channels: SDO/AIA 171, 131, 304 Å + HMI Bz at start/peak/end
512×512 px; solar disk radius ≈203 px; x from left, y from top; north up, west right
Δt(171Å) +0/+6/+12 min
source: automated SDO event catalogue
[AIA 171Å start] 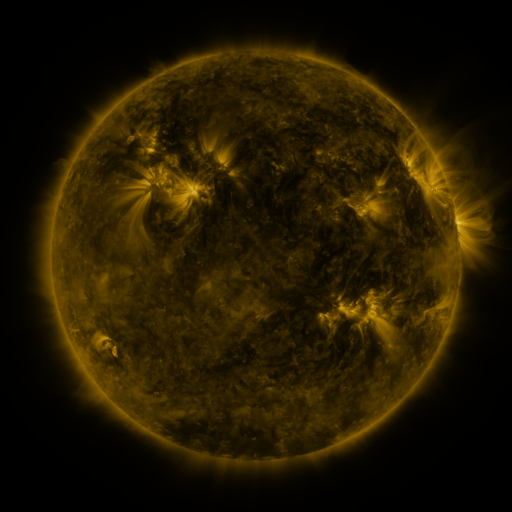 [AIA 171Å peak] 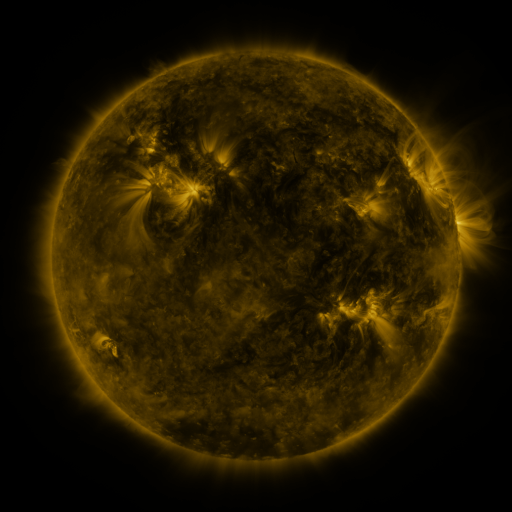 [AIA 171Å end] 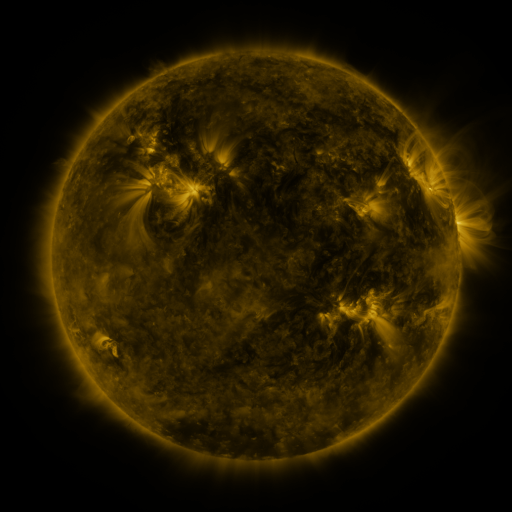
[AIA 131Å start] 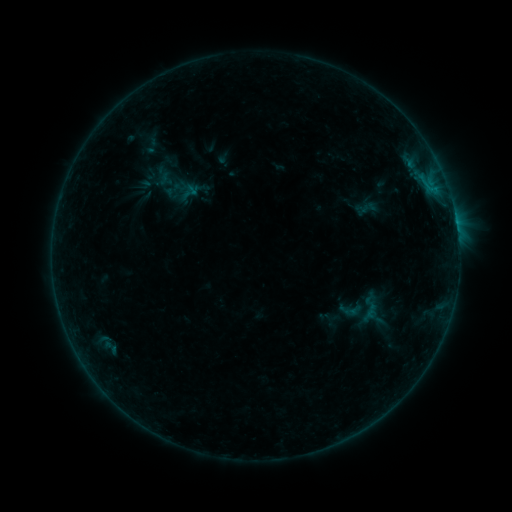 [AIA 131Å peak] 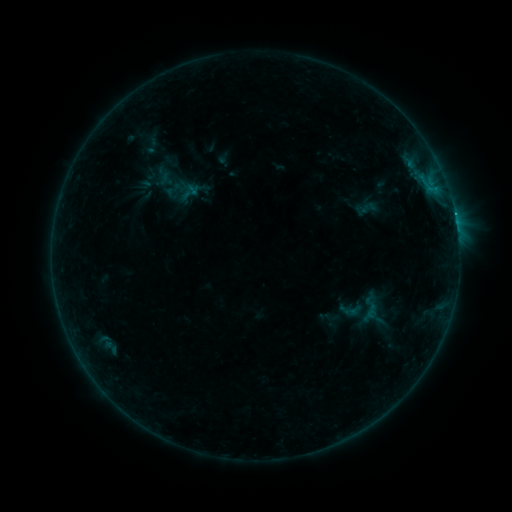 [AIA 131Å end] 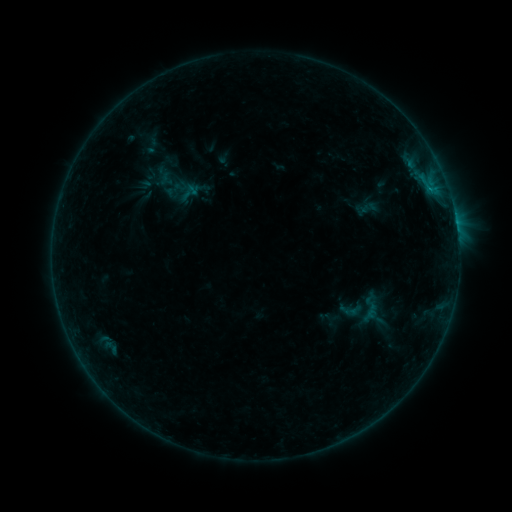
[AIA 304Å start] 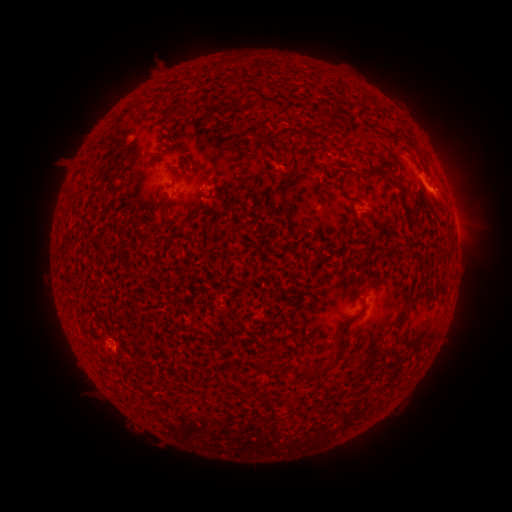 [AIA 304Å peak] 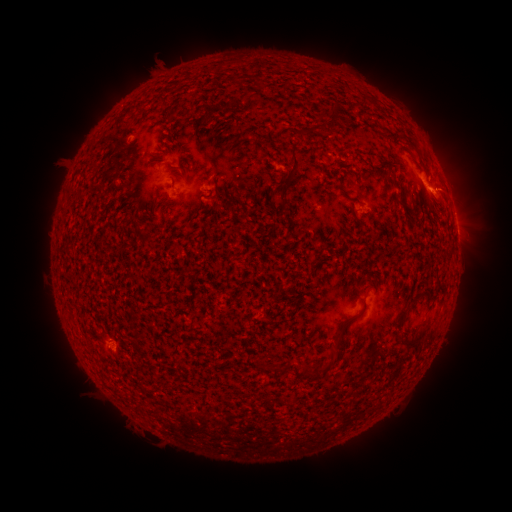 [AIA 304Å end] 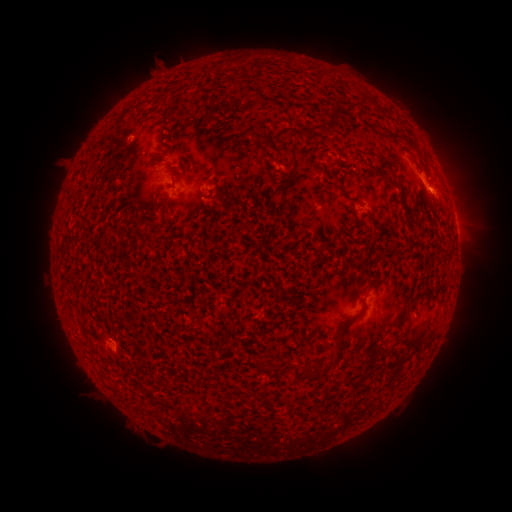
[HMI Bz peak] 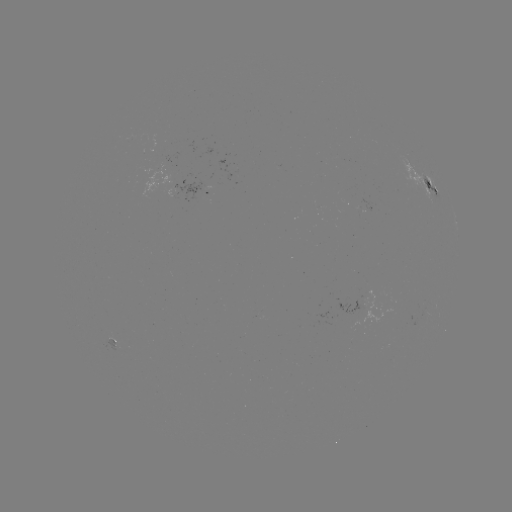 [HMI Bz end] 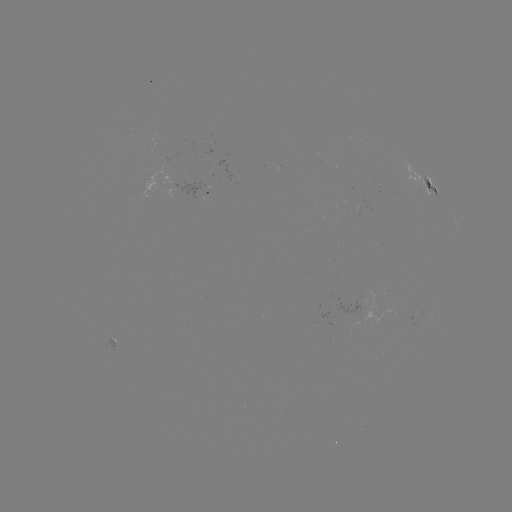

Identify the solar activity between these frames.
B6.1 flare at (436, 190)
